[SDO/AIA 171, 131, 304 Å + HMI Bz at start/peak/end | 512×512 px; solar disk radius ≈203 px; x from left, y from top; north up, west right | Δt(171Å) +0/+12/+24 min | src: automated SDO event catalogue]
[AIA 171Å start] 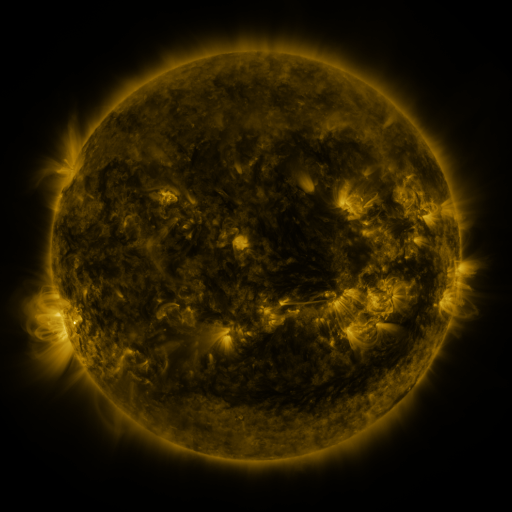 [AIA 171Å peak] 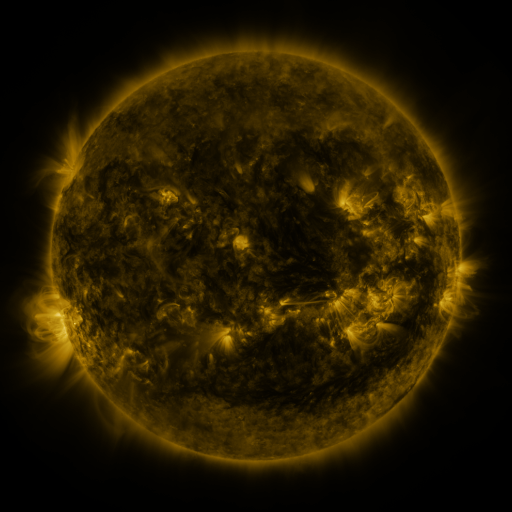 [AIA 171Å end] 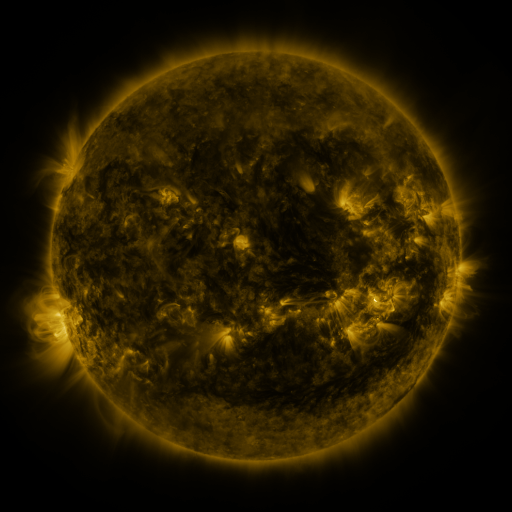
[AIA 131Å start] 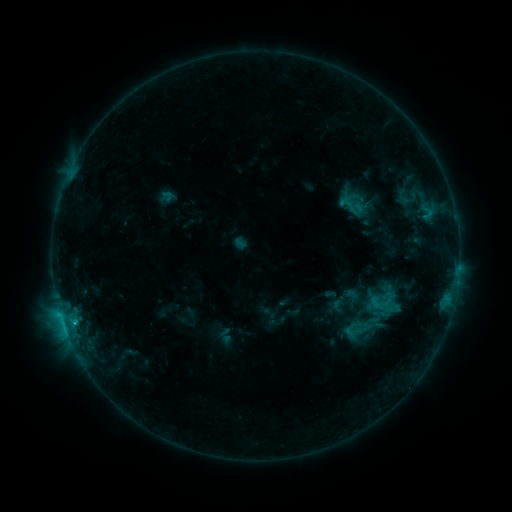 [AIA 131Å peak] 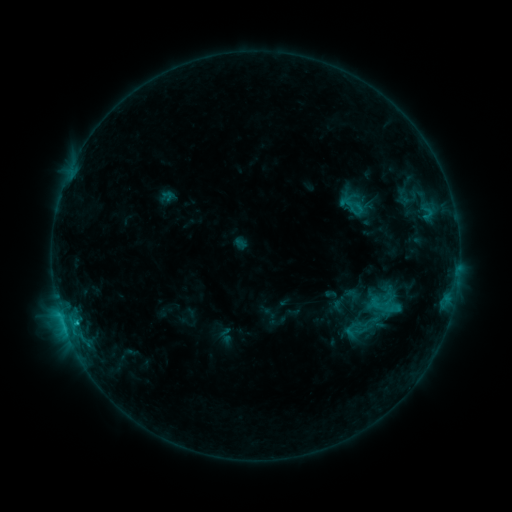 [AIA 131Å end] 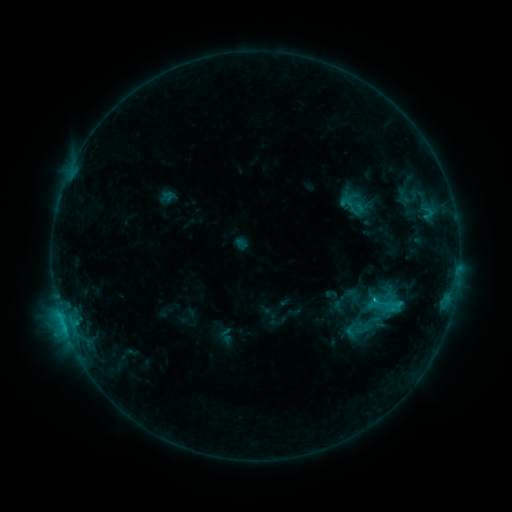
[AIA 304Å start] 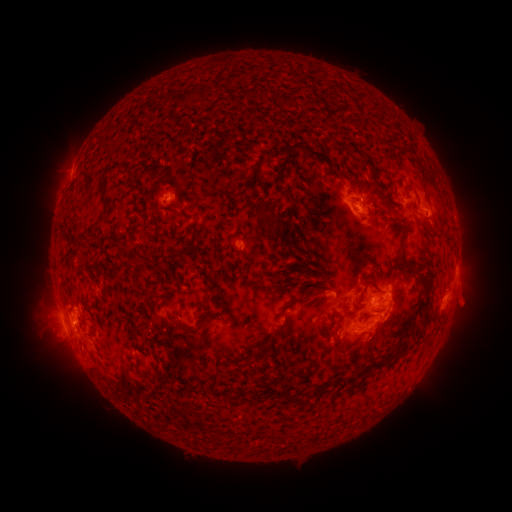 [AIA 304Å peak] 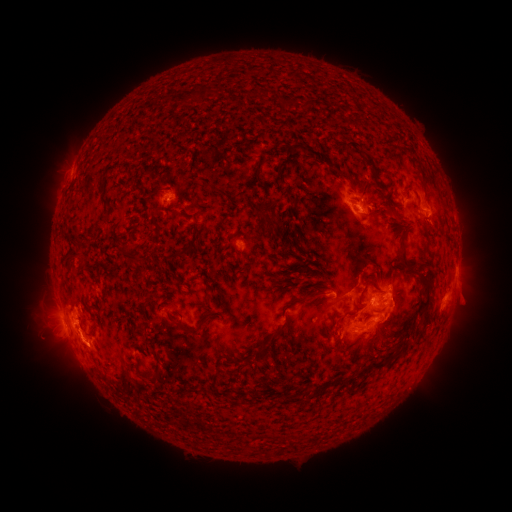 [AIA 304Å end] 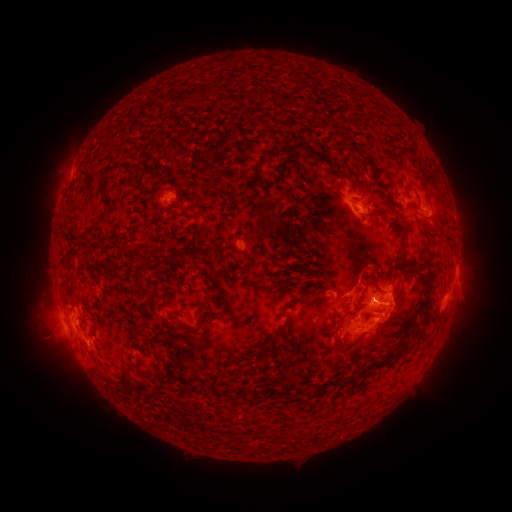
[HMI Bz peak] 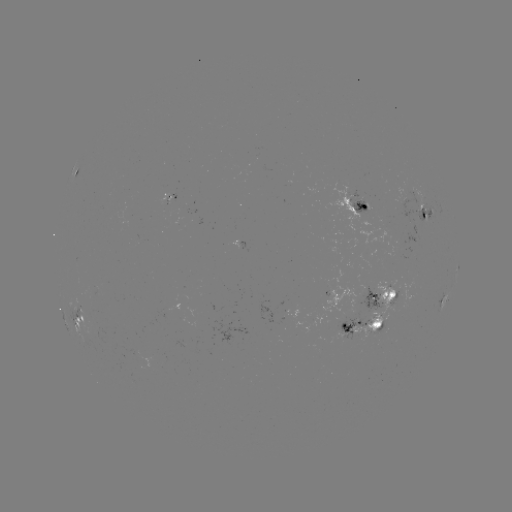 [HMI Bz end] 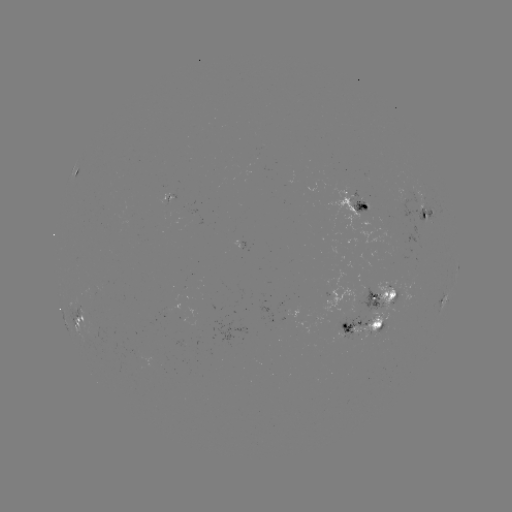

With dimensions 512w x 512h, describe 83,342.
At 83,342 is eruption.